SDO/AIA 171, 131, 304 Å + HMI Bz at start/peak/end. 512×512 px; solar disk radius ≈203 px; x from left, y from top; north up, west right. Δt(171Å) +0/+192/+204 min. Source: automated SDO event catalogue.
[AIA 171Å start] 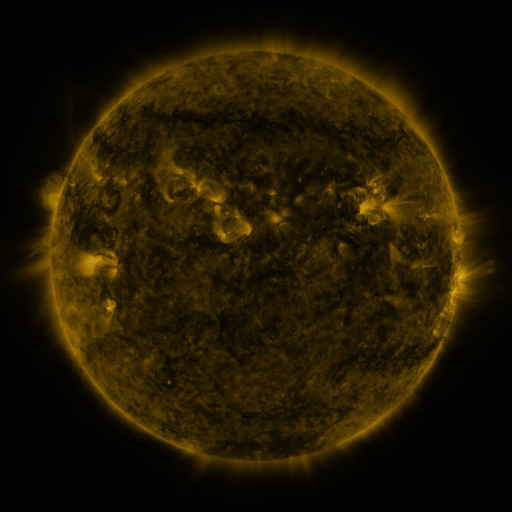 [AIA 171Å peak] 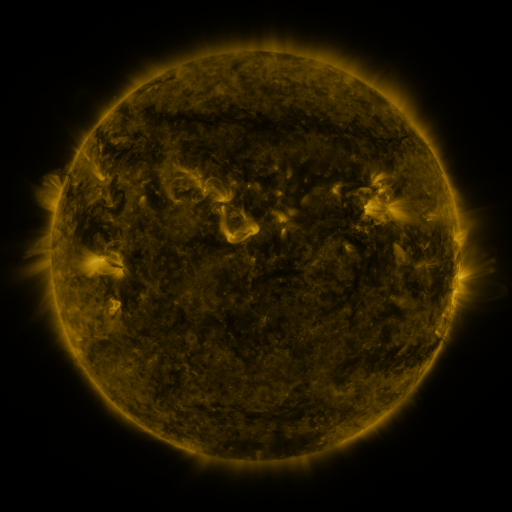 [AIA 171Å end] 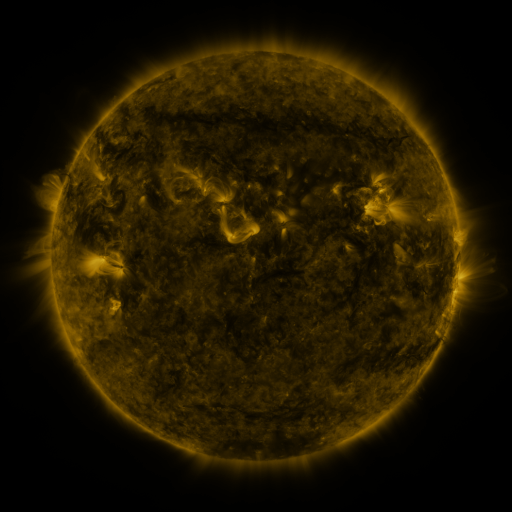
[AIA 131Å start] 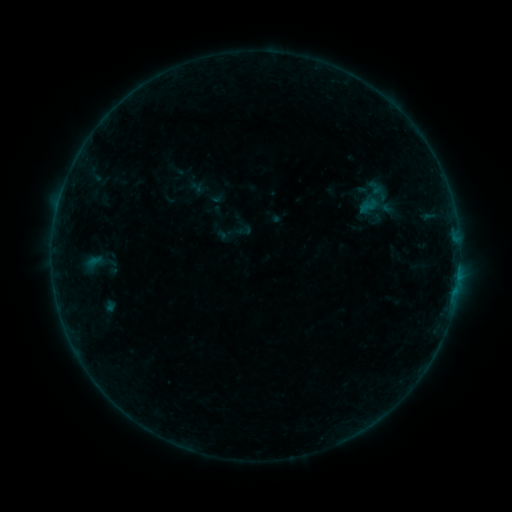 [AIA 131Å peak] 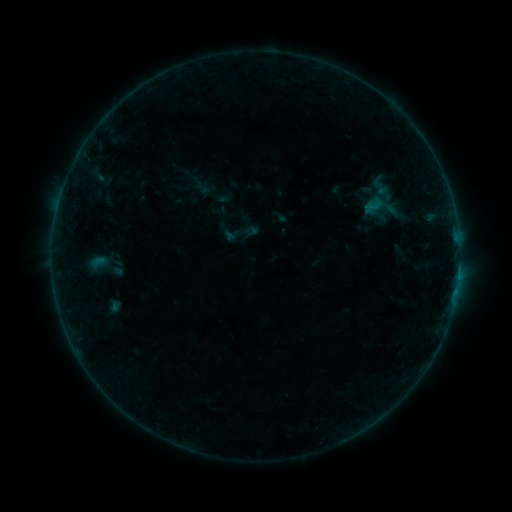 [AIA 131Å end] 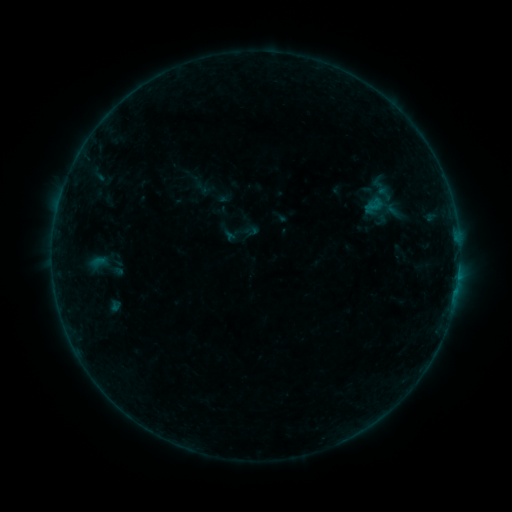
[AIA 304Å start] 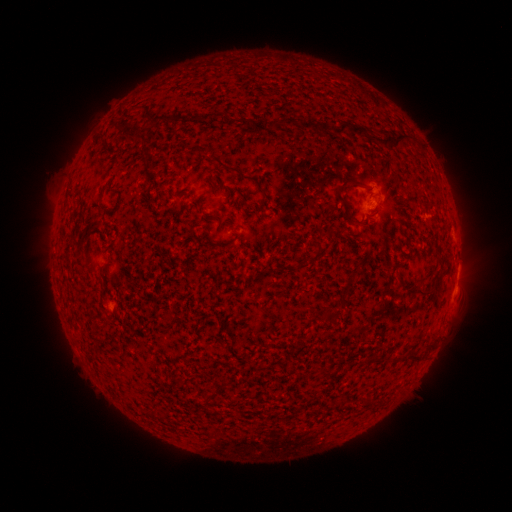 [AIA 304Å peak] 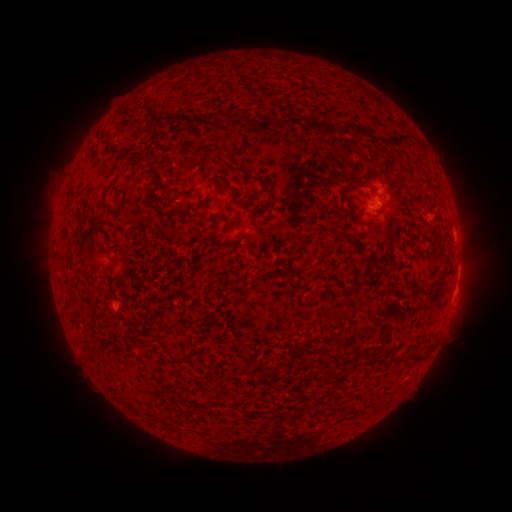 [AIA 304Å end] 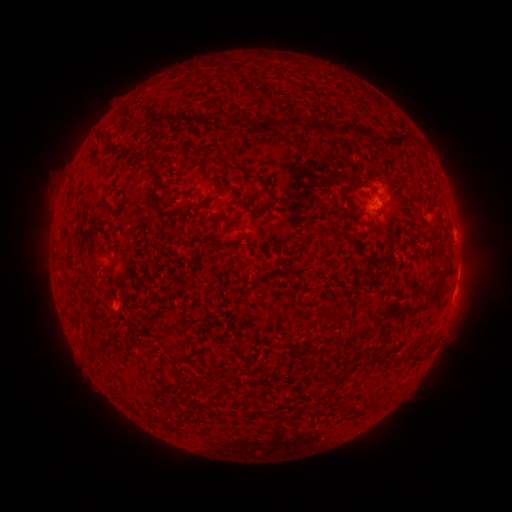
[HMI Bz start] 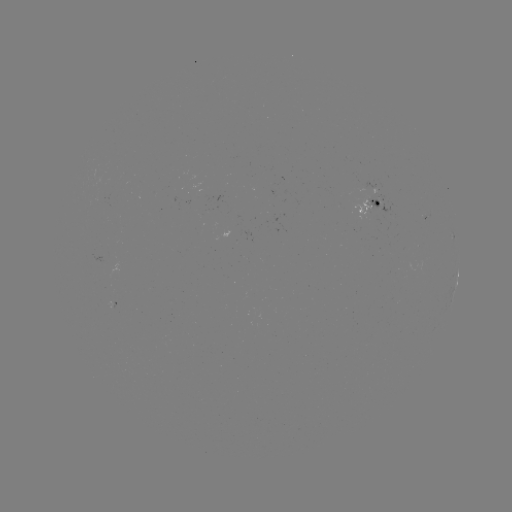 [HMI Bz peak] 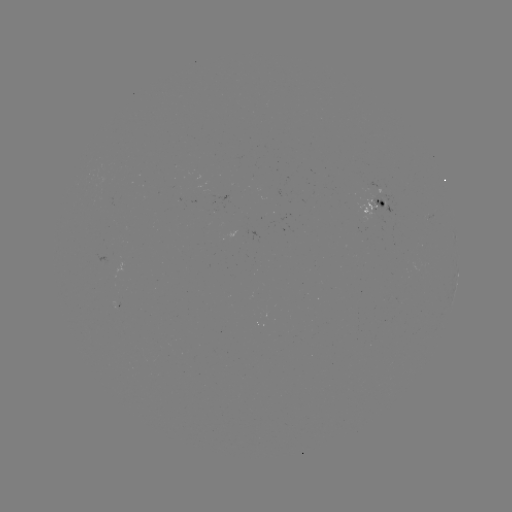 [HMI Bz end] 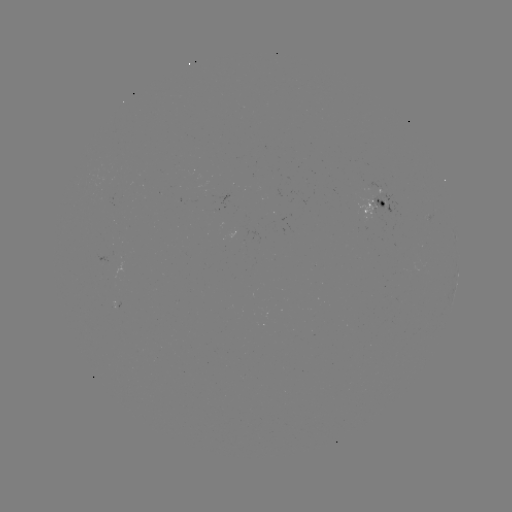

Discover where emerging-flux region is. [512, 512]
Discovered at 371,209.